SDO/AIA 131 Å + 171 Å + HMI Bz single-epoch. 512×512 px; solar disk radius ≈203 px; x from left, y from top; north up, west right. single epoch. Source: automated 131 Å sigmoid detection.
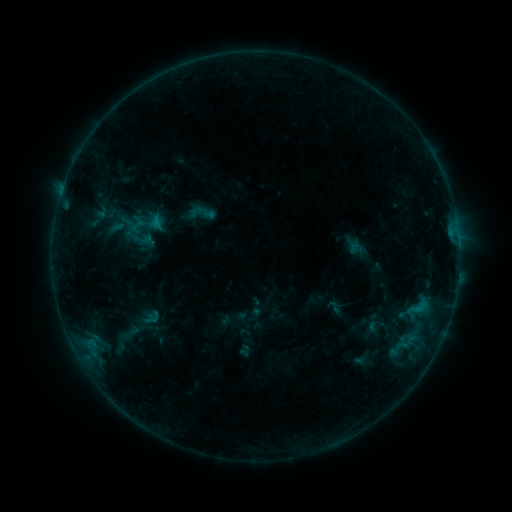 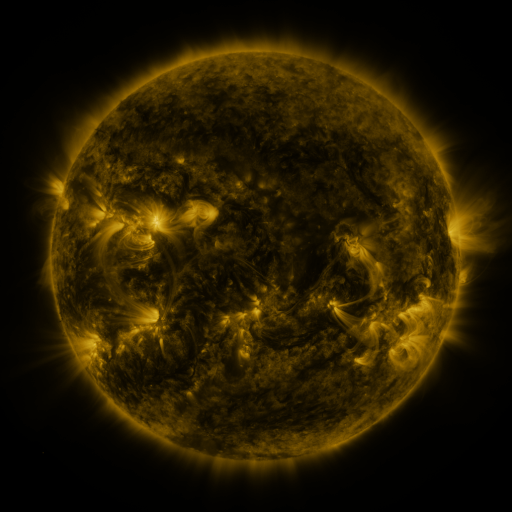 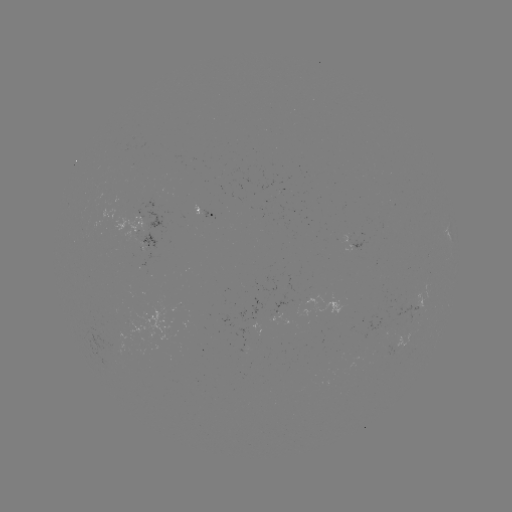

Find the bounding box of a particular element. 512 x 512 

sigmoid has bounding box [325, 298, 343, 316].